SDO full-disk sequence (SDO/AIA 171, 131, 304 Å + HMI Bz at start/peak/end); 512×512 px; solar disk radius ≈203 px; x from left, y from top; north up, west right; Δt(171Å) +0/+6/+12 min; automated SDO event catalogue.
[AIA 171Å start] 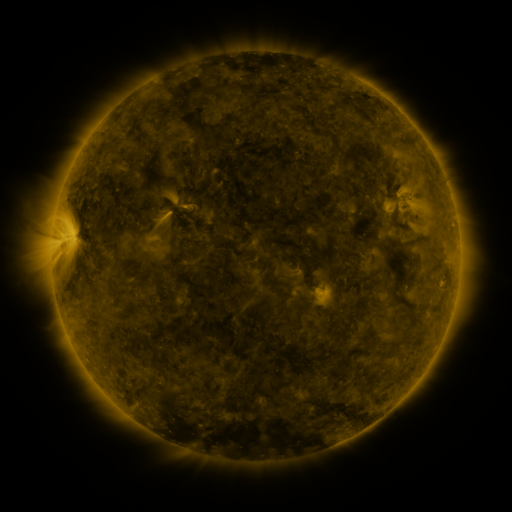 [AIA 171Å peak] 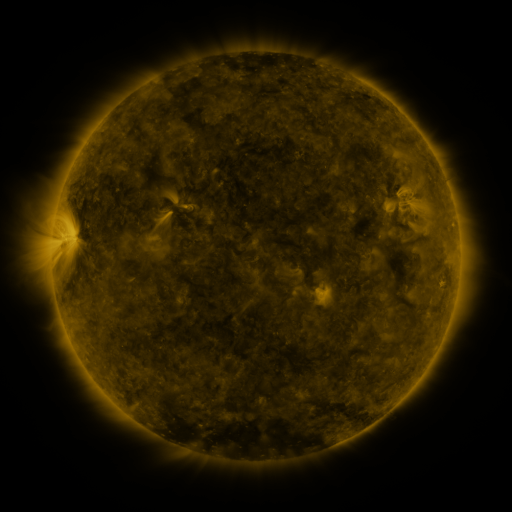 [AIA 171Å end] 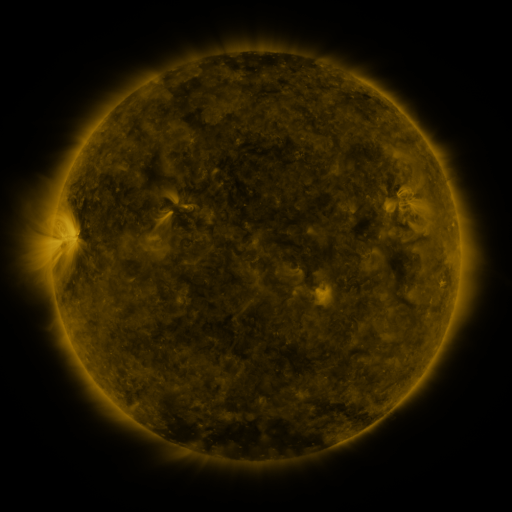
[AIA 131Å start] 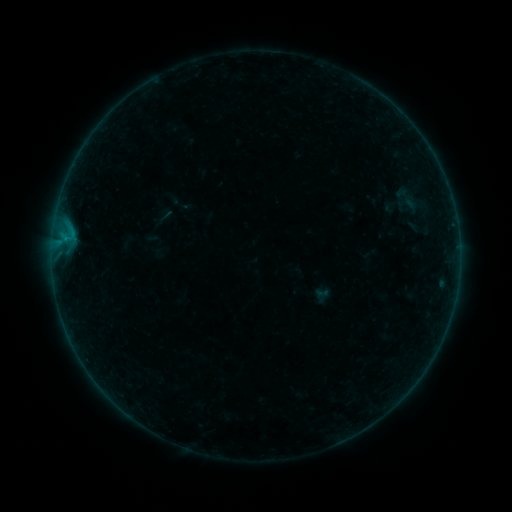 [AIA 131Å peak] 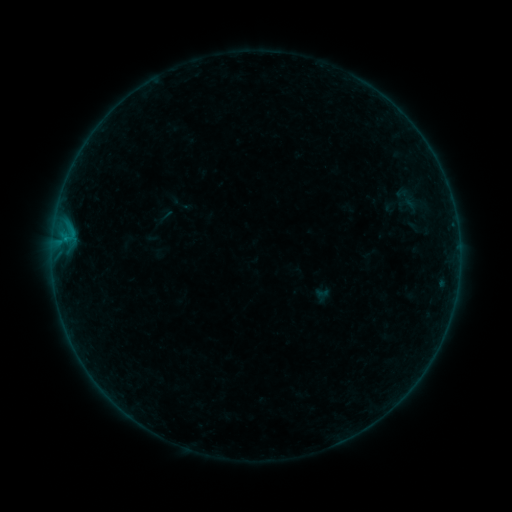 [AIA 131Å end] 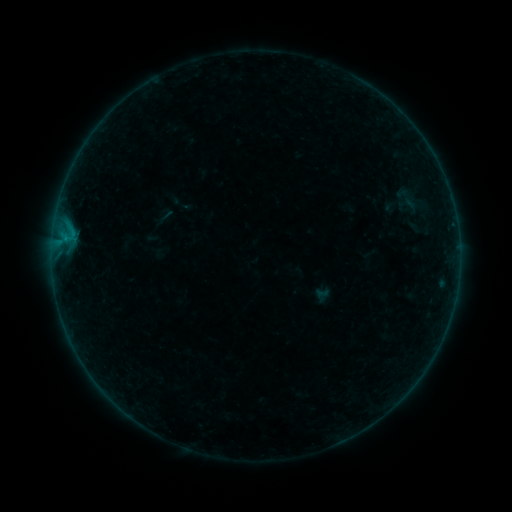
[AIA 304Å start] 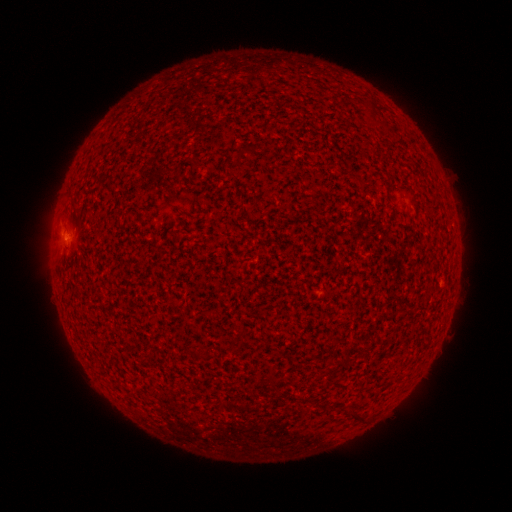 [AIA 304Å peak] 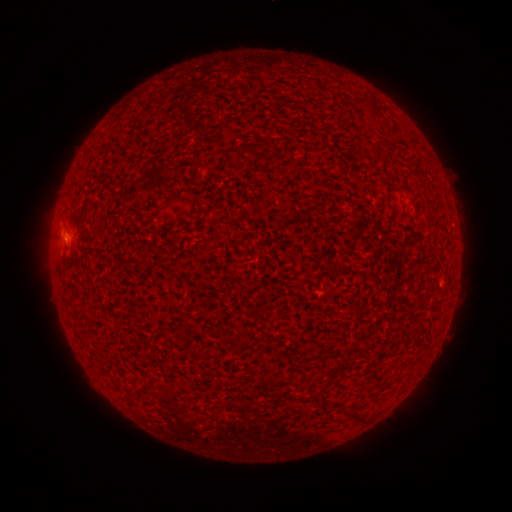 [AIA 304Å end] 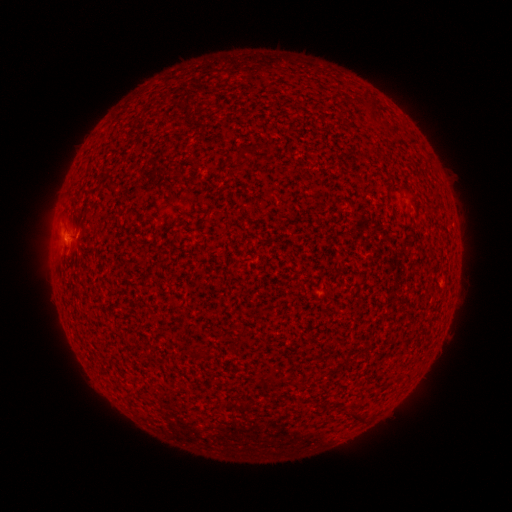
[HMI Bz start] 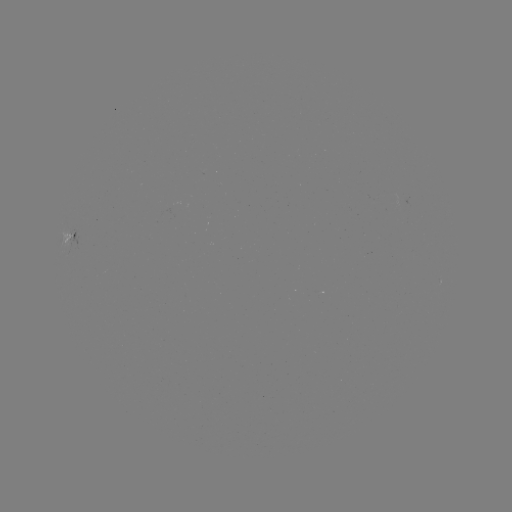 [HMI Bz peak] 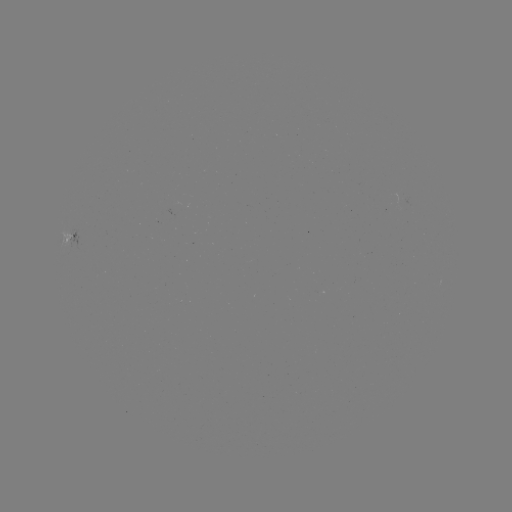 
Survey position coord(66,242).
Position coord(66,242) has B1.1 flare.